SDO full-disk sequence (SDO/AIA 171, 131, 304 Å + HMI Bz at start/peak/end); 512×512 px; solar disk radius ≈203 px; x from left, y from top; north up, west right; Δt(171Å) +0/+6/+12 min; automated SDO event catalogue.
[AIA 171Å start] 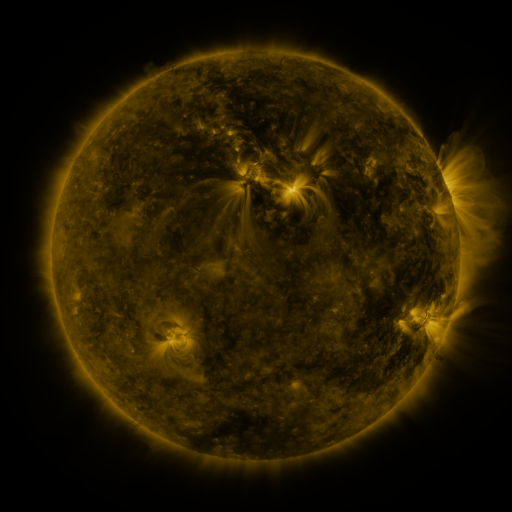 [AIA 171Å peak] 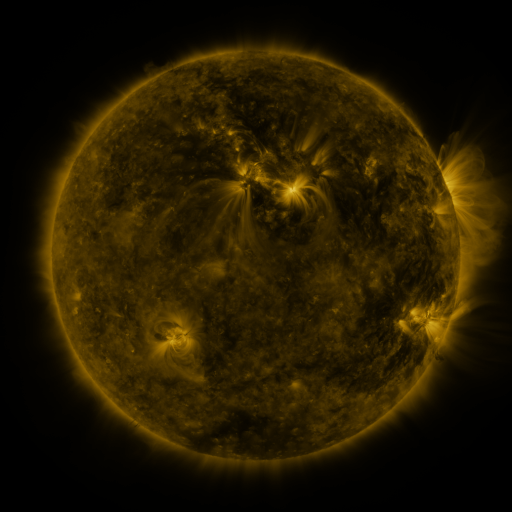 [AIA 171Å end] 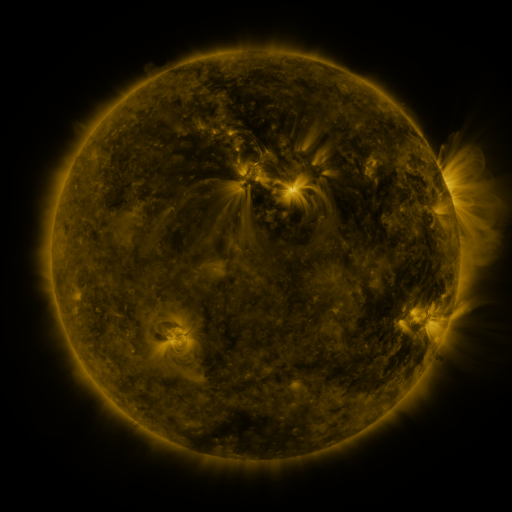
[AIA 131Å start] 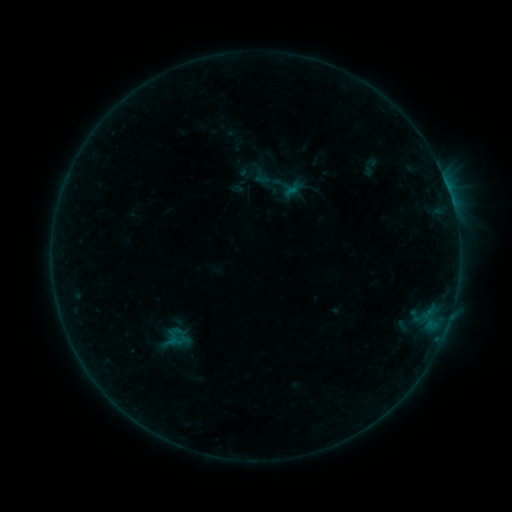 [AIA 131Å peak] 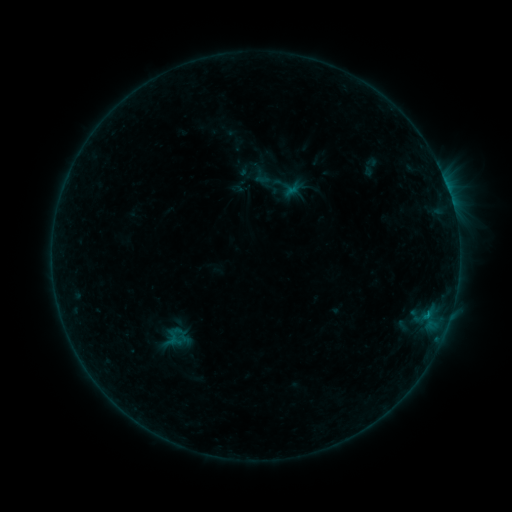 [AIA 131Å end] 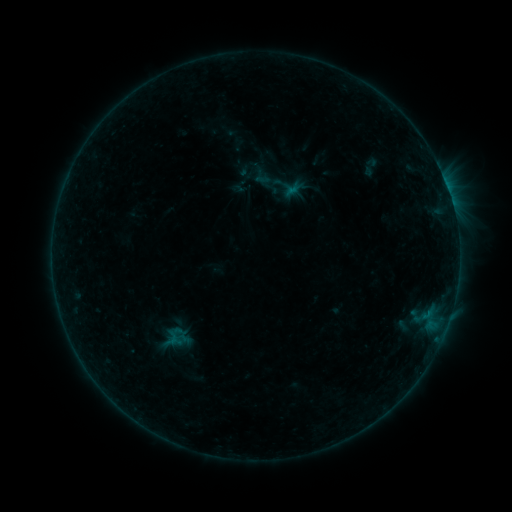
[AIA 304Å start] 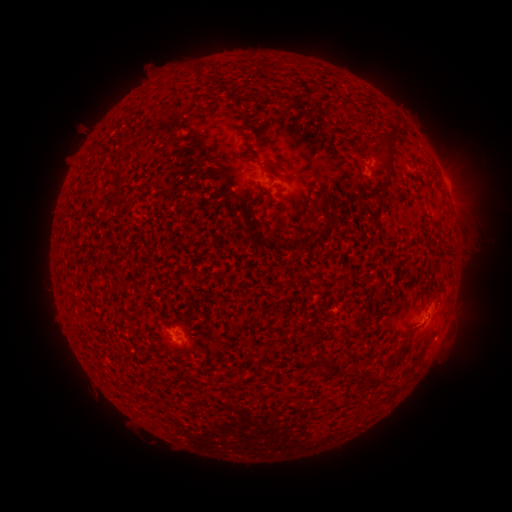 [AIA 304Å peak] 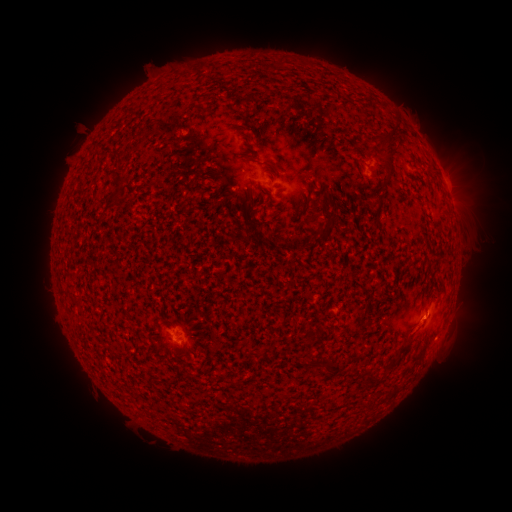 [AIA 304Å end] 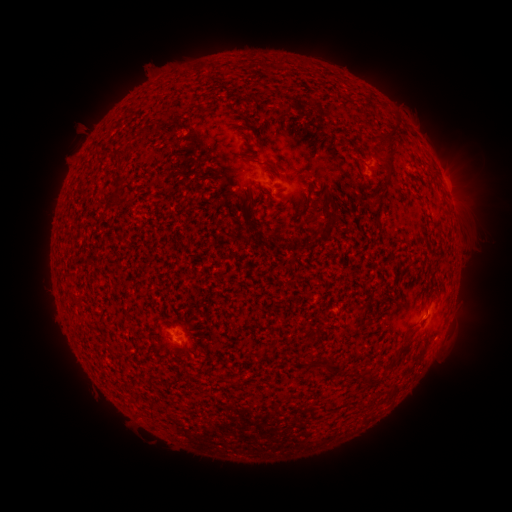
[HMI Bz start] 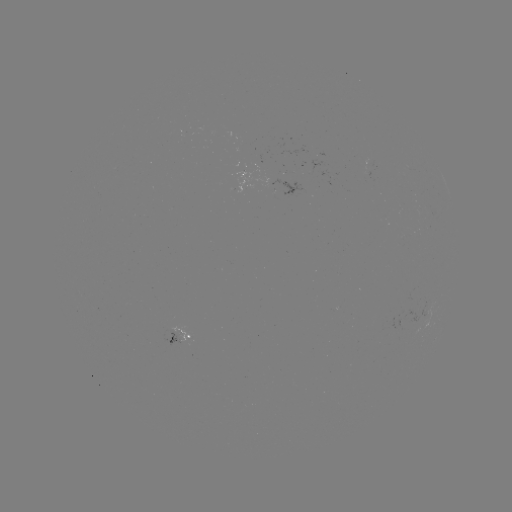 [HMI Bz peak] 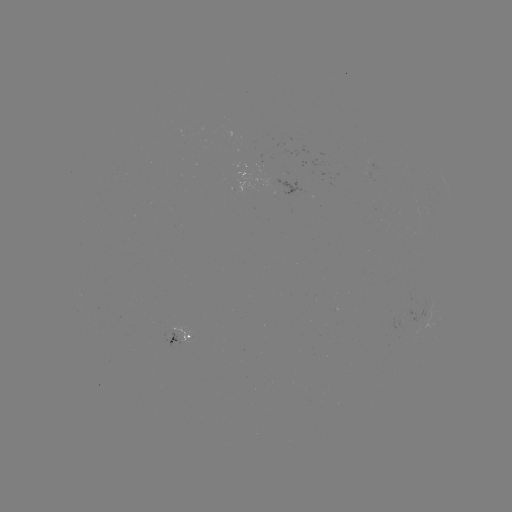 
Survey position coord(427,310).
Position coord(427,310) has B2.8 flare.